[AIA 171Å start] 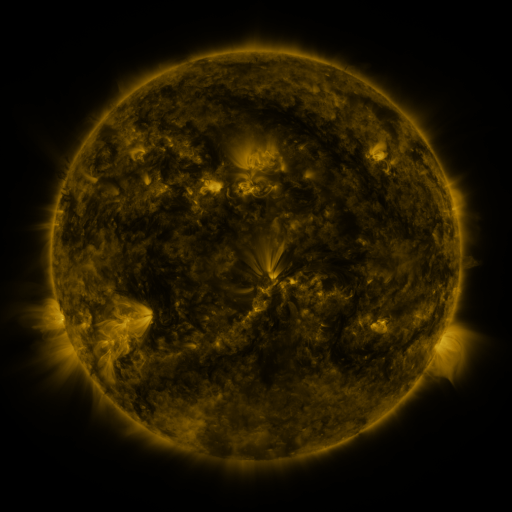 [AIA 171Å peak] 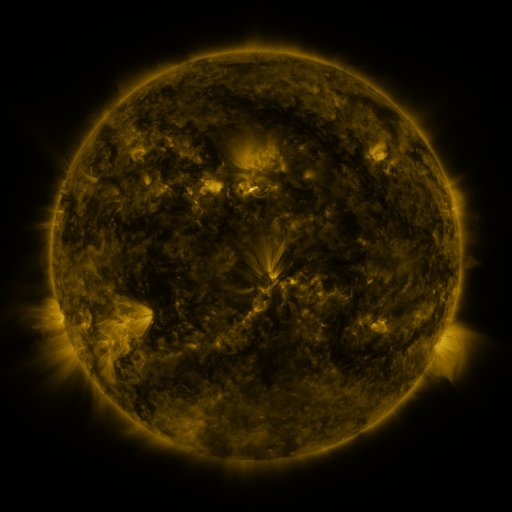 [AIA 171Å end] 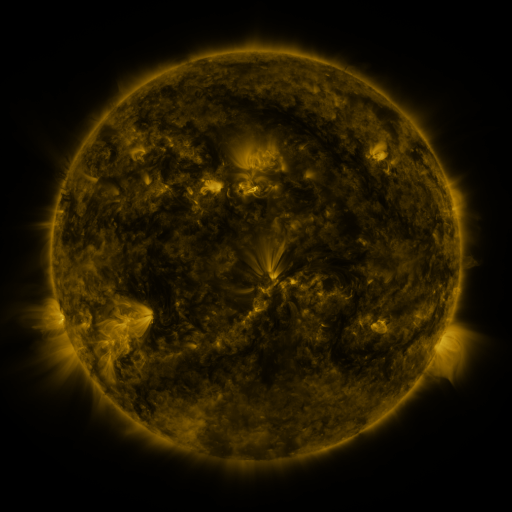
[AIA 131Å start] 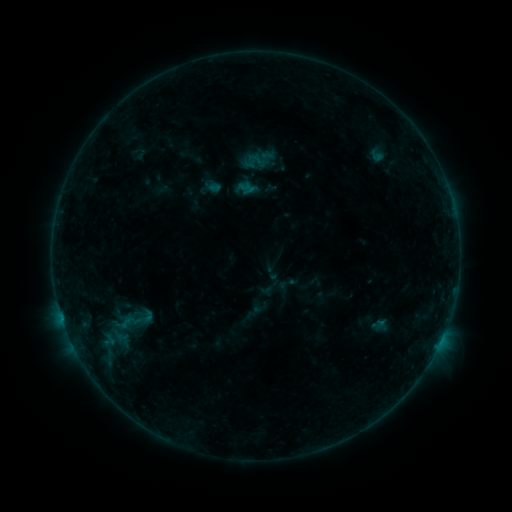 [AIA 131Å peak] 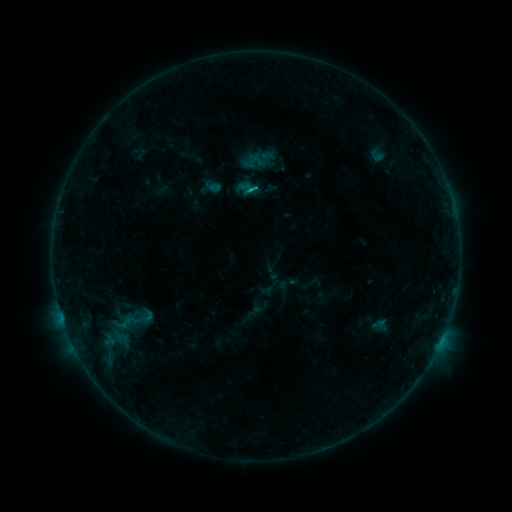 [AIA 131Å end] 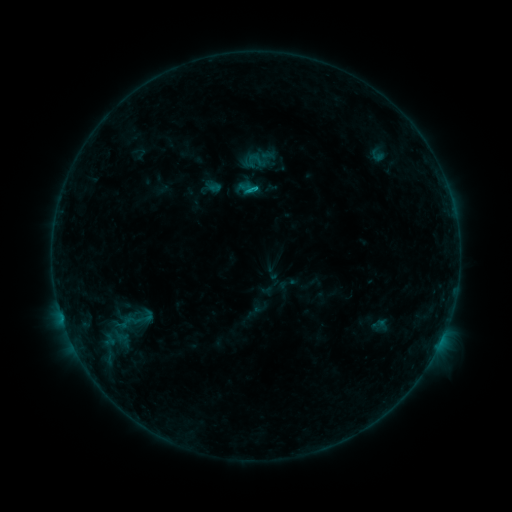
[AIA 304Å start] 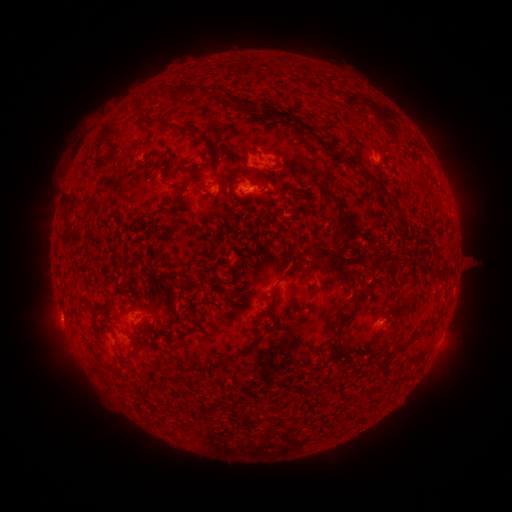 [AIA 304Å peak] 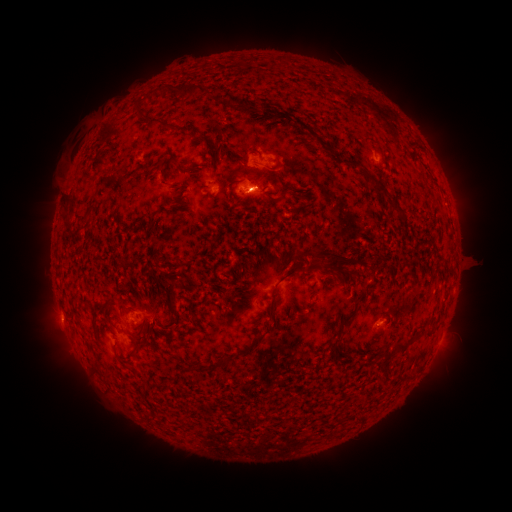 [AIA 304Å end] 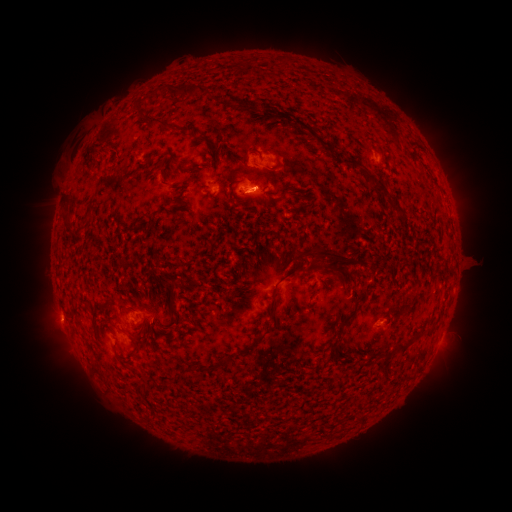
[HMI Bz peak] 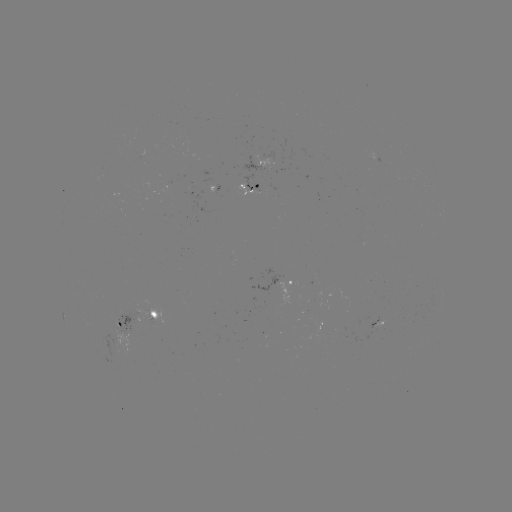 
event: flare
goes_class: C2.7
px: (252, 193)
